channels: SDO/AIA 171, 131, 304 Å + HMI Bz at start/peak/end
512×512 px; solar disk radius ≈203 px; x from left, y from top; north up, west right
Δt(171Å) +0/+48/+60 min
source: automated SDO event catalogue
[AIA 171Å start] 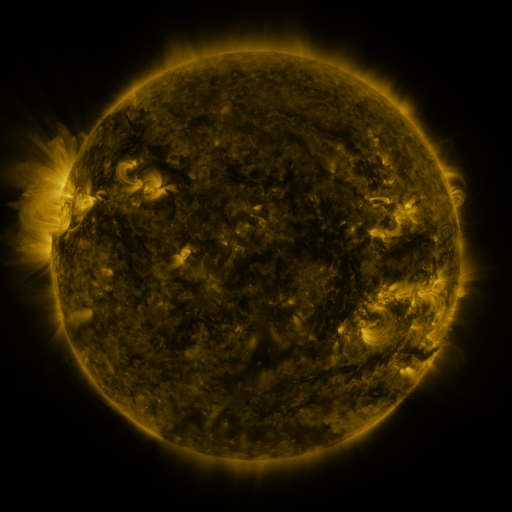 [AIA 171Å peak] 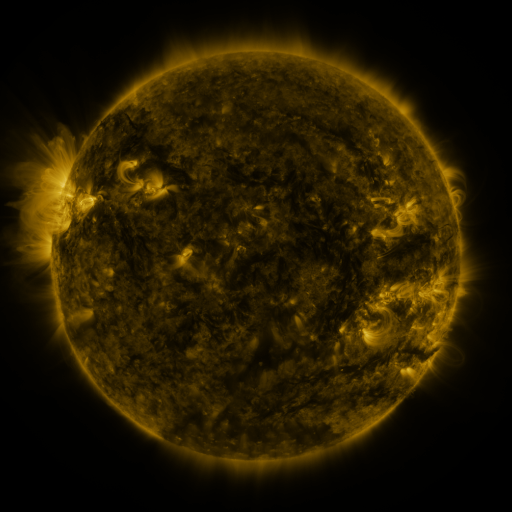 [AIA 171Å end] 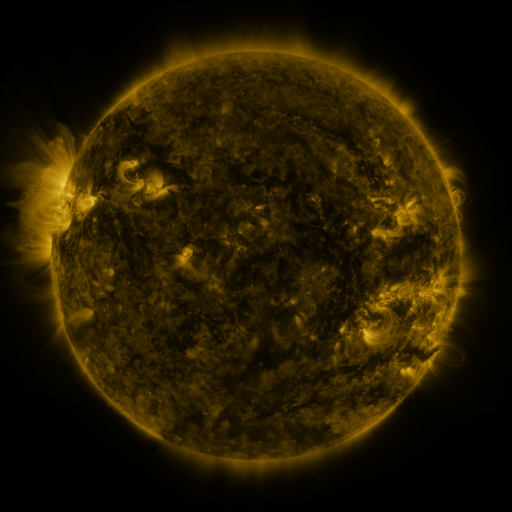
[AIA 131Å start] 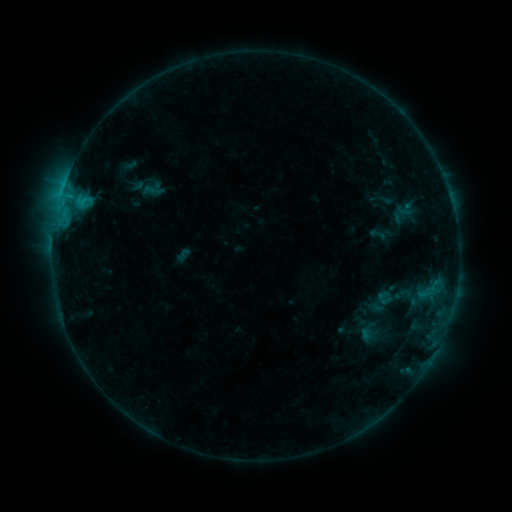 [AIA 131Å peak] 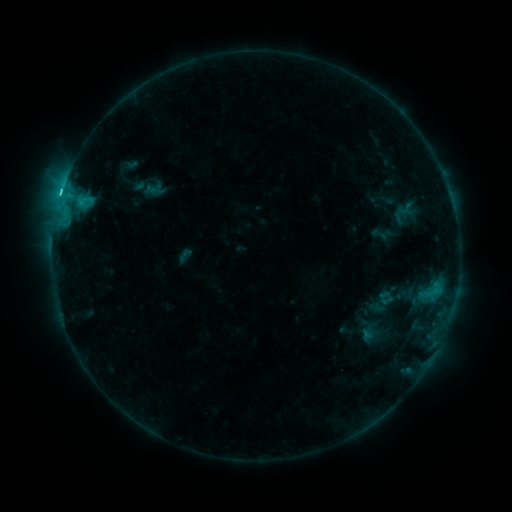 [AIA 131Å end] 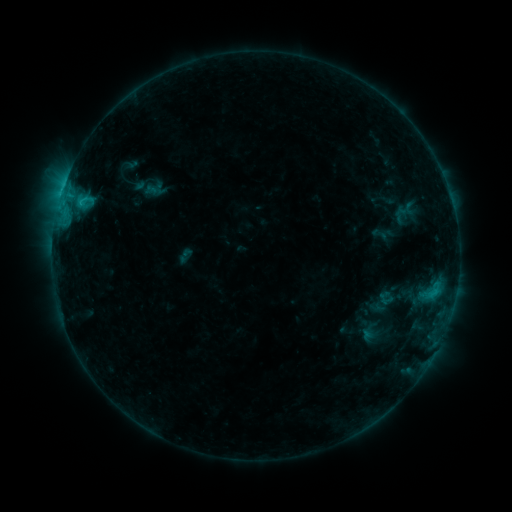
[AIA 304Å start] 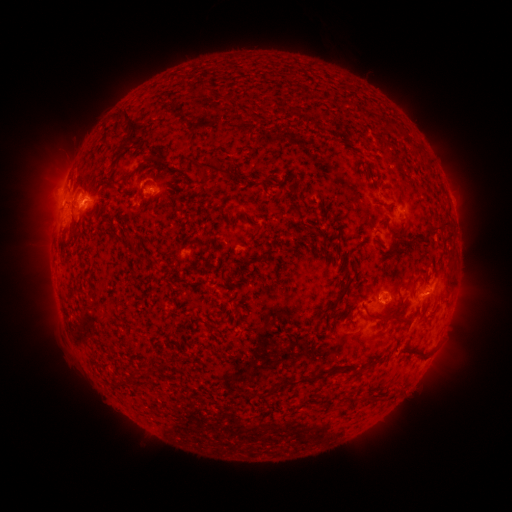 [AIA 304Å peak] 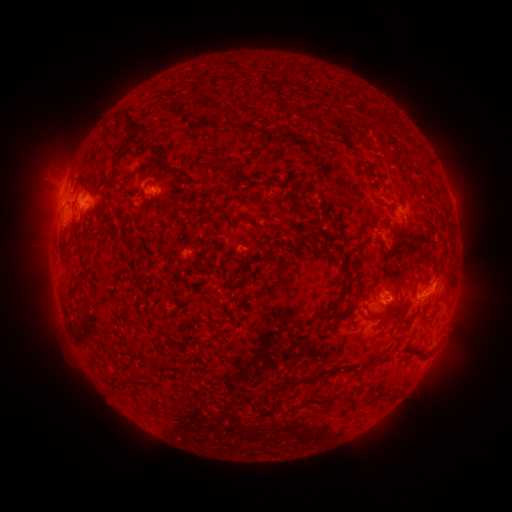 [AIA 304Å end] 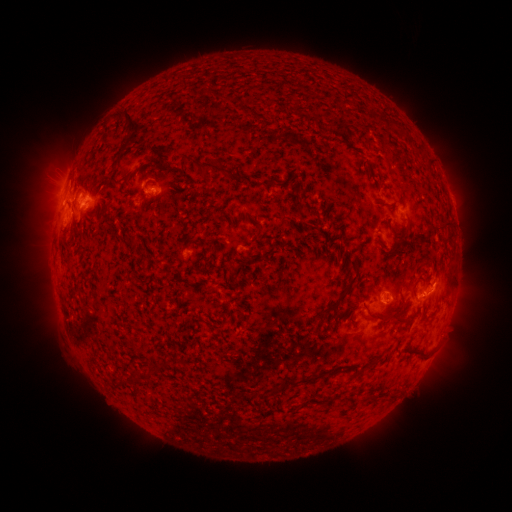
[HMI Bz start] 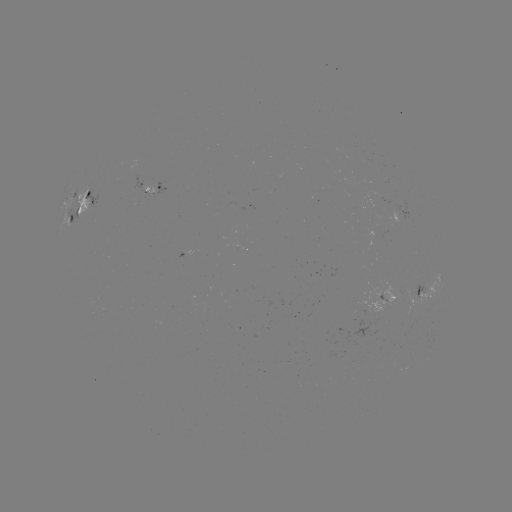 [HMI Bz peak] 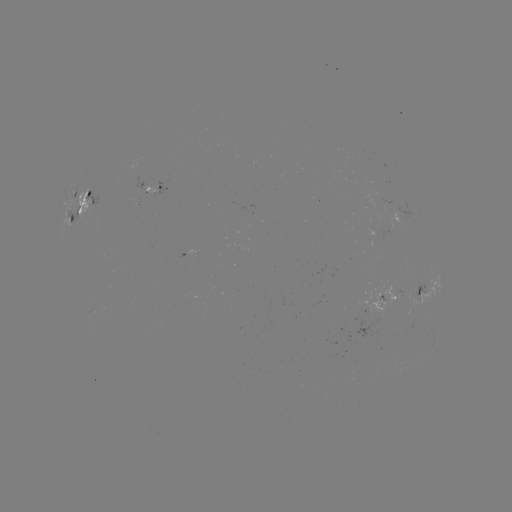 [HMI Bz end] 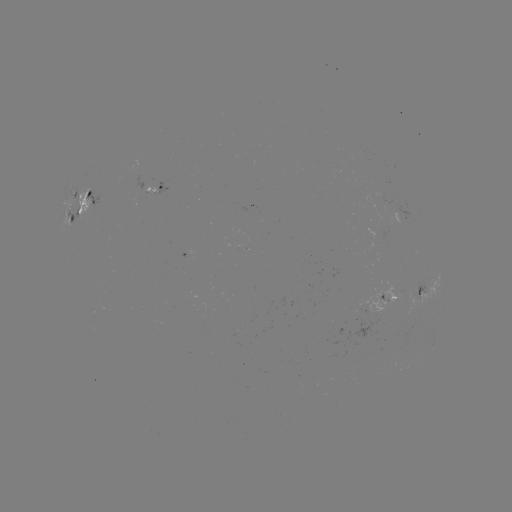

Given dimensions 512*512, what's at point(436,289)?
C2.2 flare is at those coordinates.